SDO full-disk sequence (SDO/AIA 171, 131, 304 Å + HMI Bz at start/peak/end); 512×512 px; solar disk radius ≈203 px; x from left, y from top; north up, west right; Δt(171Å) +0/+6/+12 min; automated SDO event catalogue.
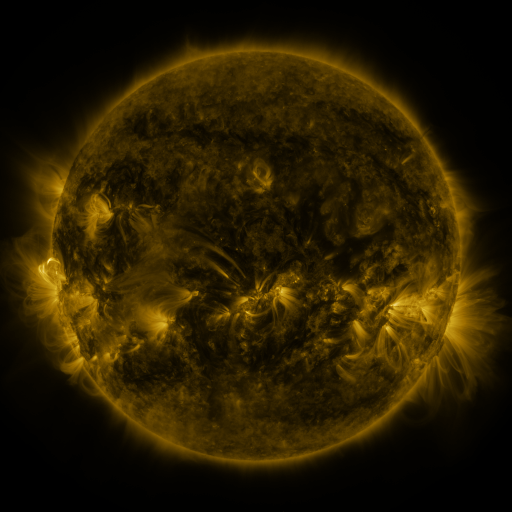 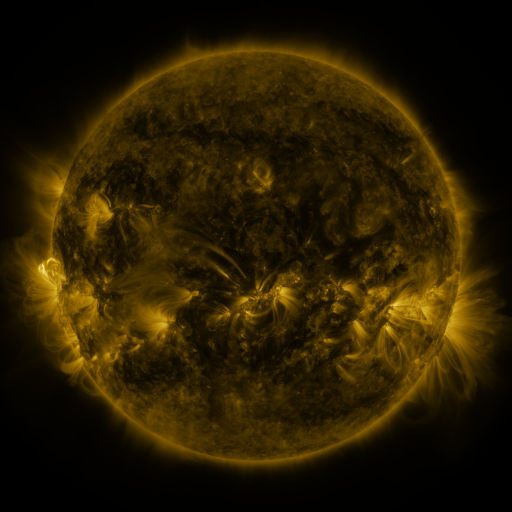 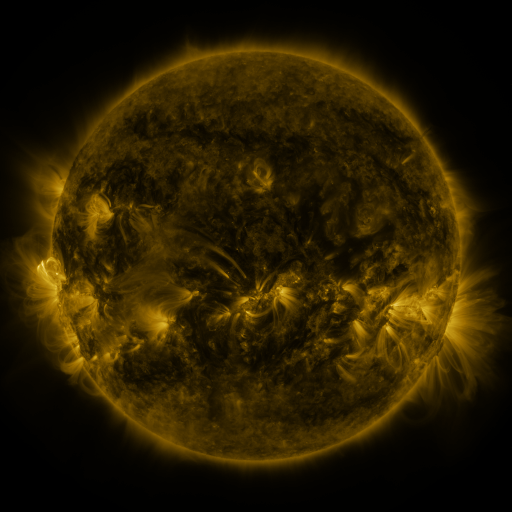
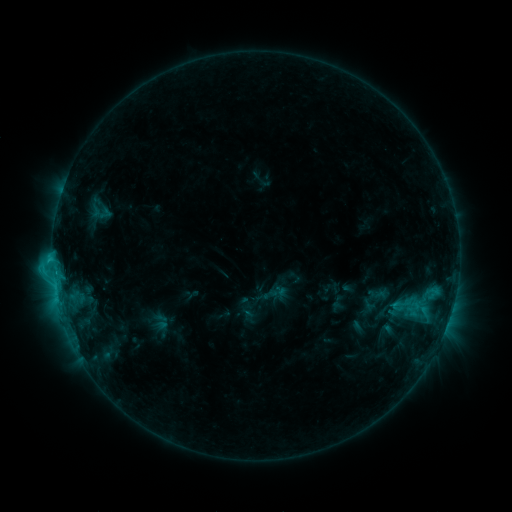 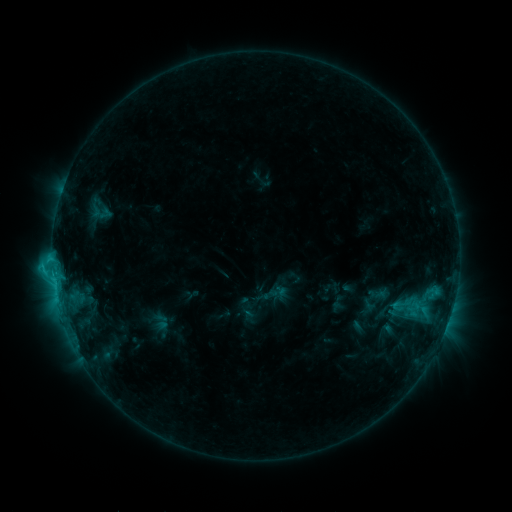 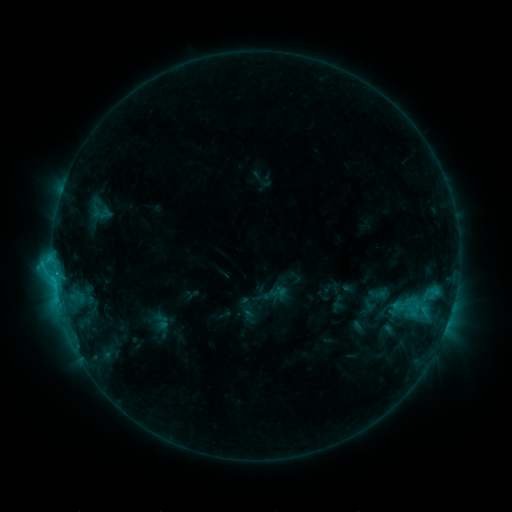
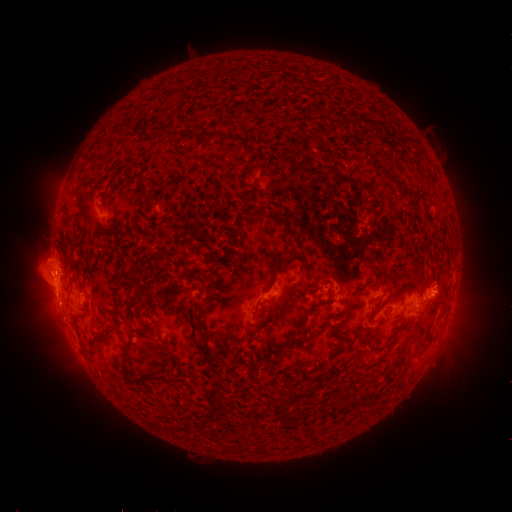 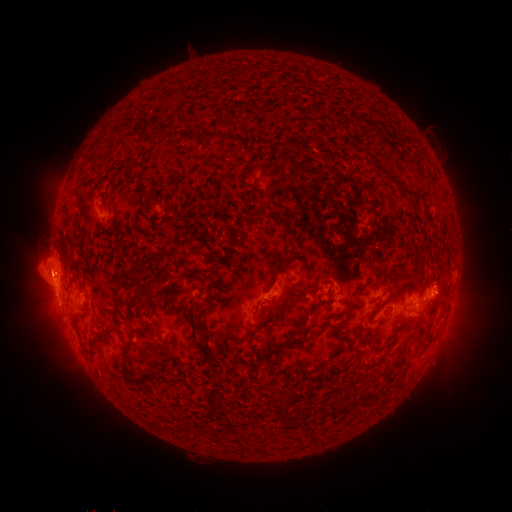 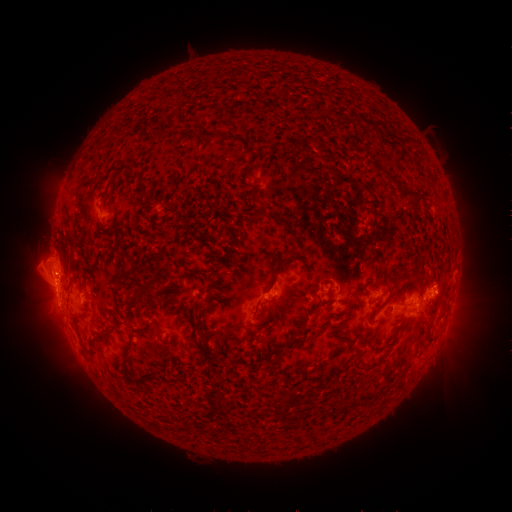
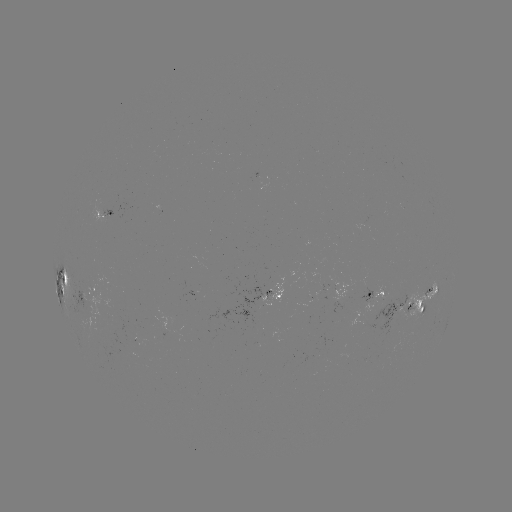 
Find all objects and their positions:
eruption: (41, 273)
